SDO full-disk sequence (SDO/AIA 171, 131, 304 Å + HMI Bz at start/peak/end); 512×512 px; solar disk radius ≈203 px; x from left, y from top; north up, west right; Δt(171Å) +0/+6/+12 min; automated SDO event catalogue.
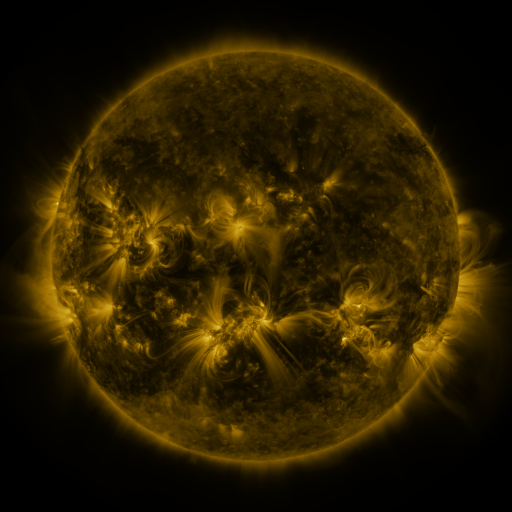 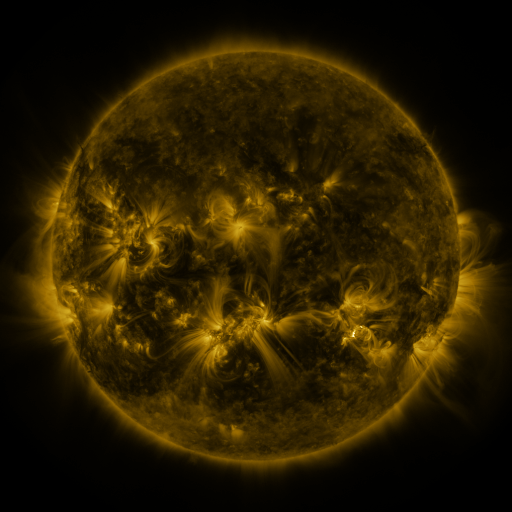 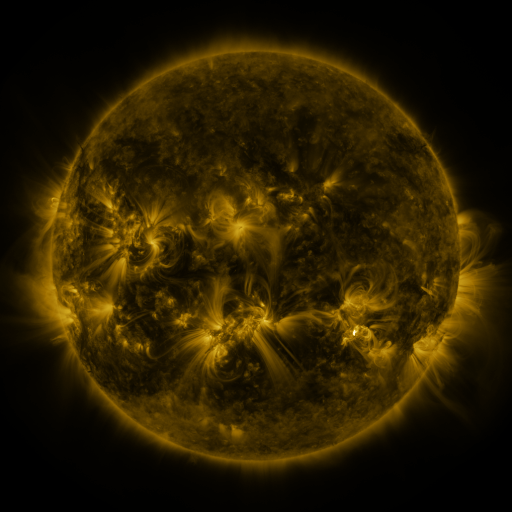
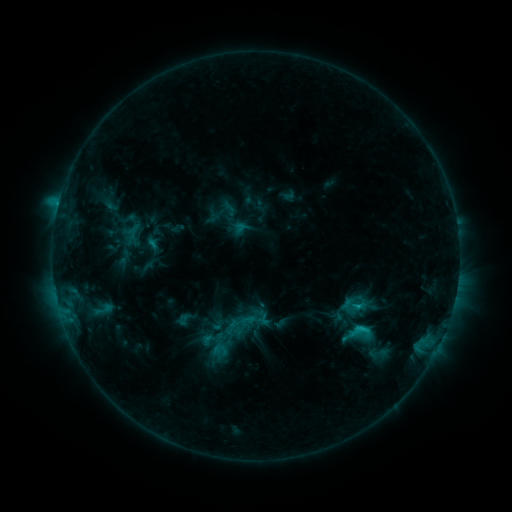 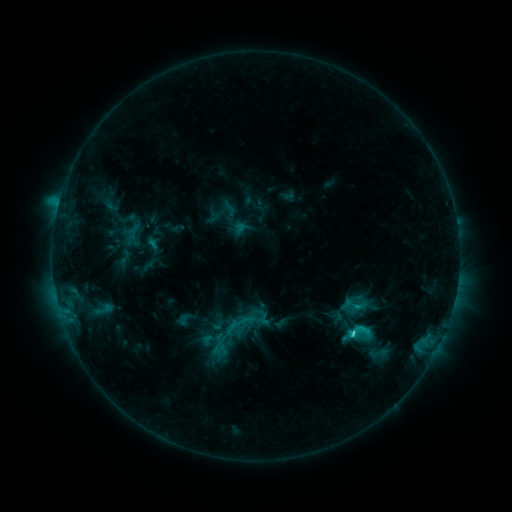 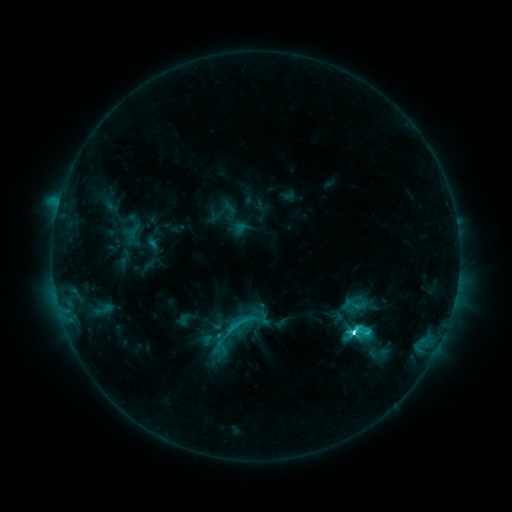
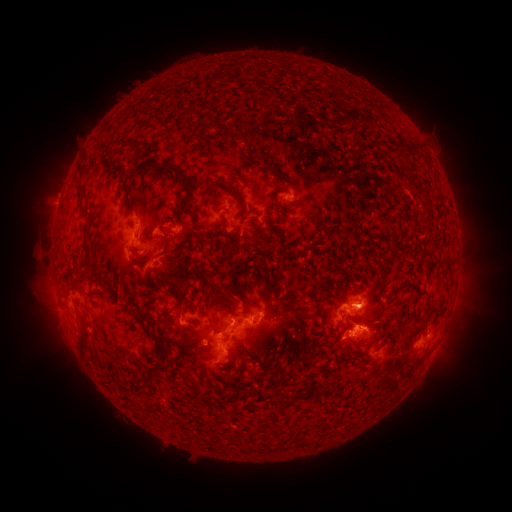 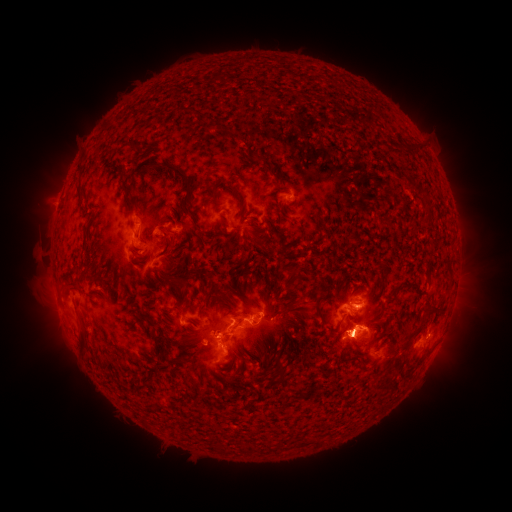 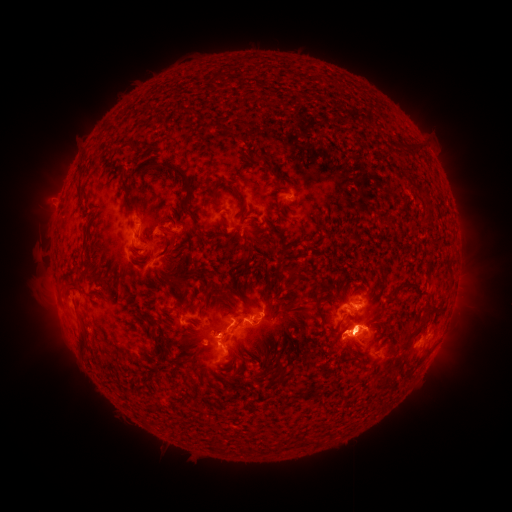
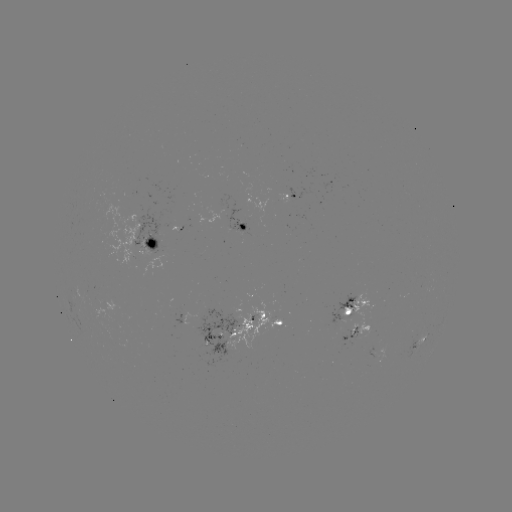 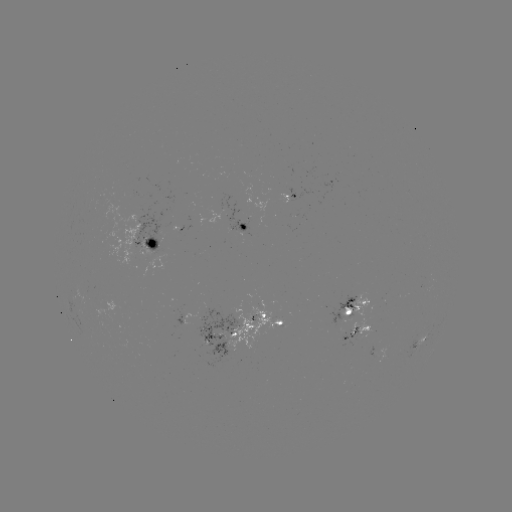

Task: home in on eruption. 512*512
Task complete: (350, 332).